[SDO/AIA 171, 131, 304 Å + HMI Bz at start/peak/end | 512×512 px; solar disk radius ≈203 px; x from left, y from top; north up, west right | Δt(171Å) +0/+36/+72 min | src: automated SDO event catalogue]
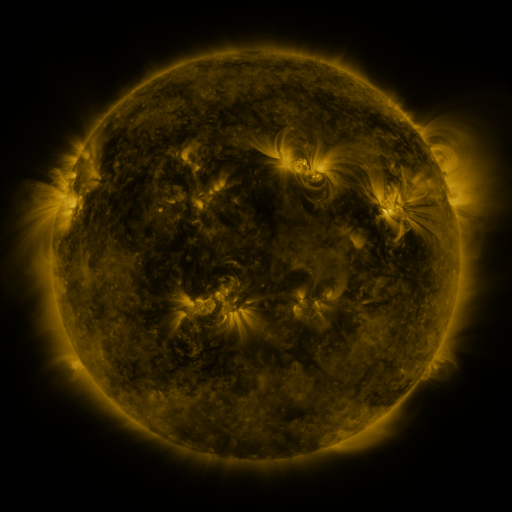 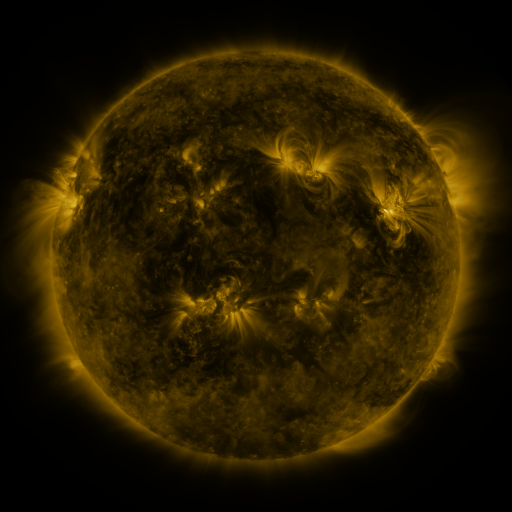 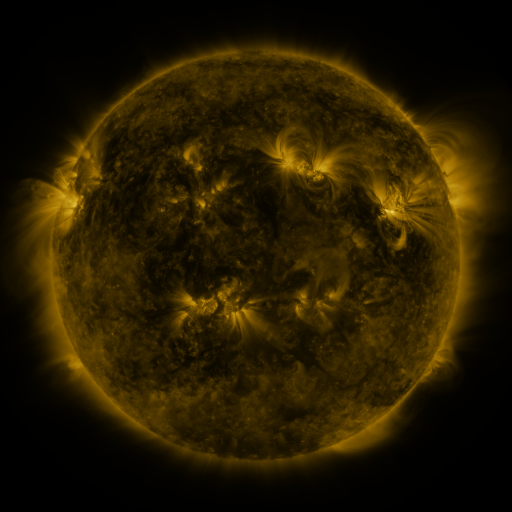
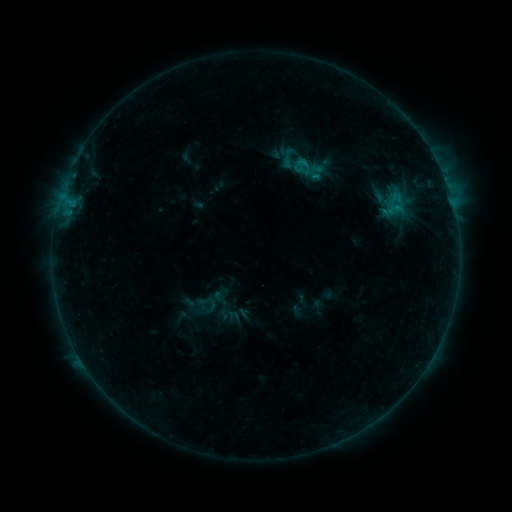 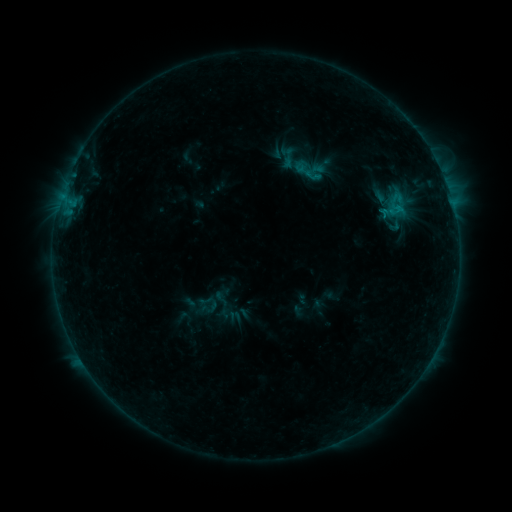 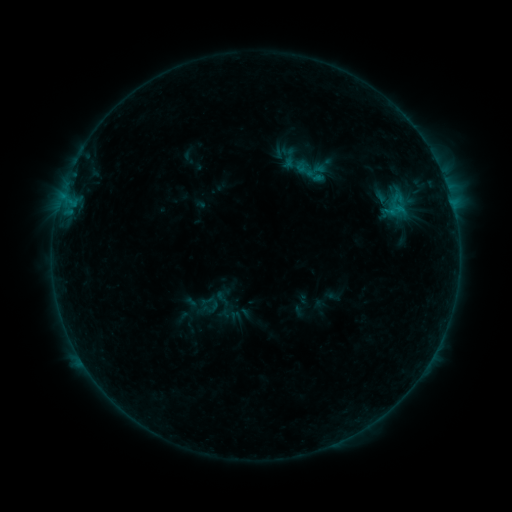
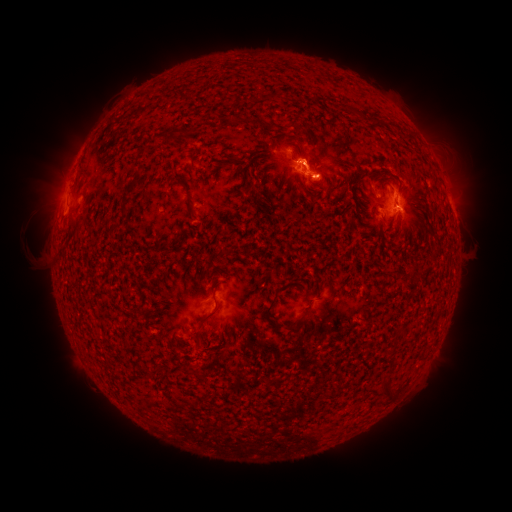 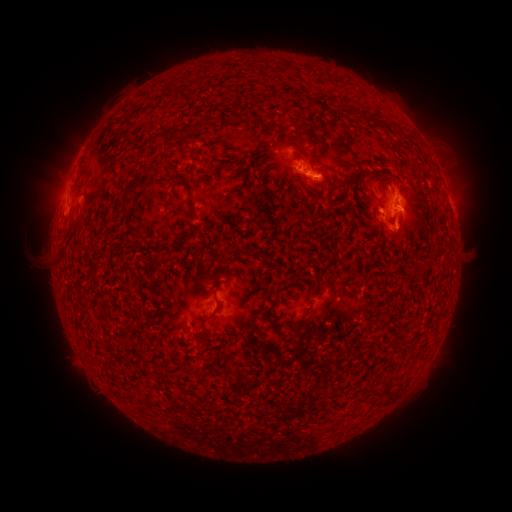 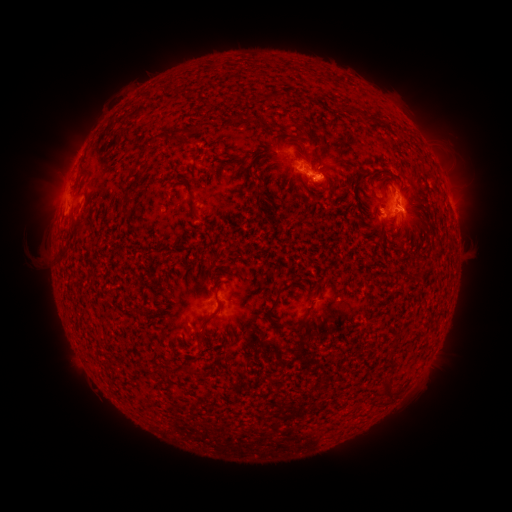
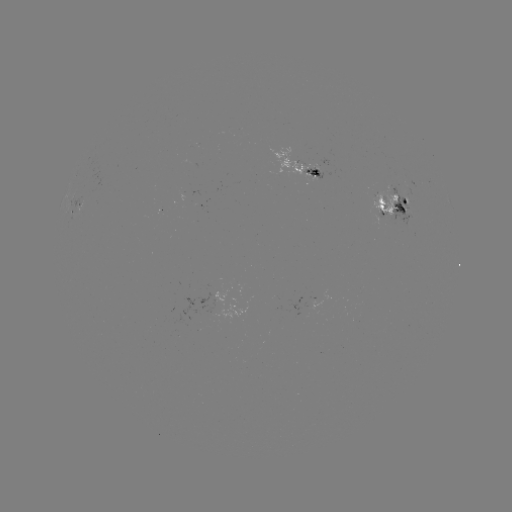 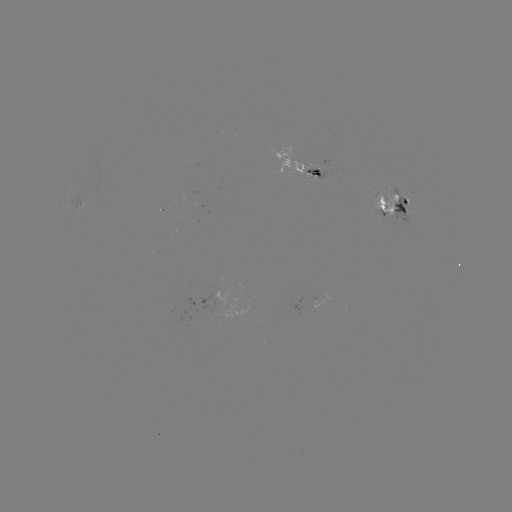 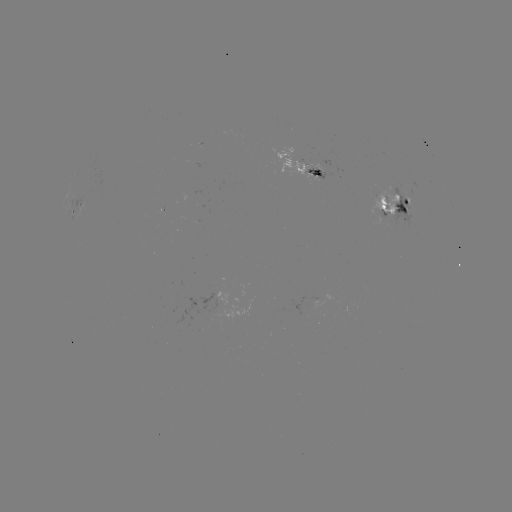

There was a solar emerging-flux region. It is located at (386, 209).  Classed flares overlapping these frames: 1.